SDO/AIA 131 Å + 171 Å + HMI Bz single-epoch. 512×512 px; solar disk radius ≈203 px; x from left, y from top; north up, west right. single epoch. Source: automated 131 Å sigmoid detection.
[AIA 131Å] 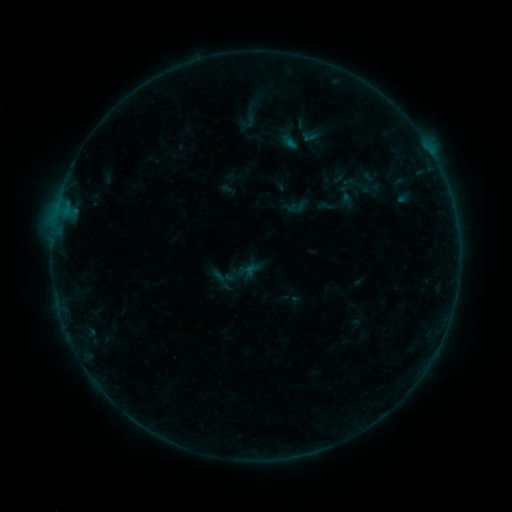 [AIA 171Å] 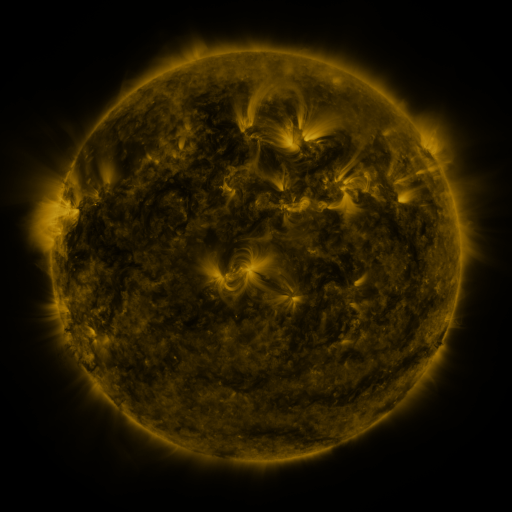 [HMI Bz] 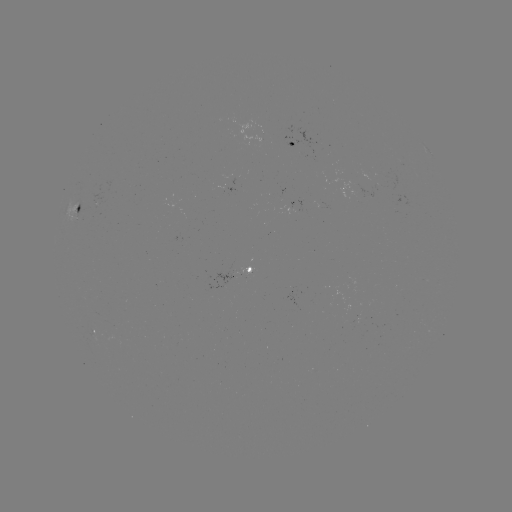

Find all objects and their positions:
sigmoid: (249, 119)
sigmoid: (360, 185)
